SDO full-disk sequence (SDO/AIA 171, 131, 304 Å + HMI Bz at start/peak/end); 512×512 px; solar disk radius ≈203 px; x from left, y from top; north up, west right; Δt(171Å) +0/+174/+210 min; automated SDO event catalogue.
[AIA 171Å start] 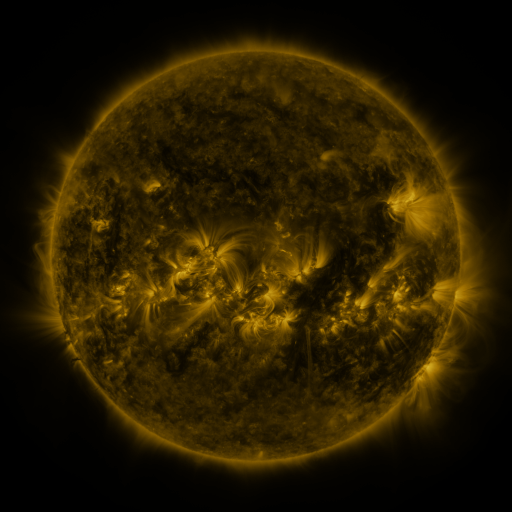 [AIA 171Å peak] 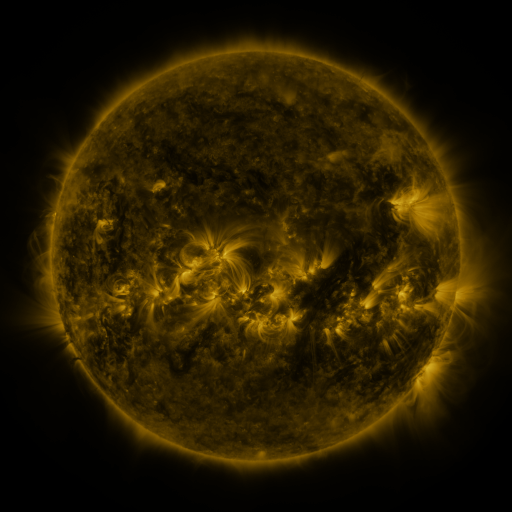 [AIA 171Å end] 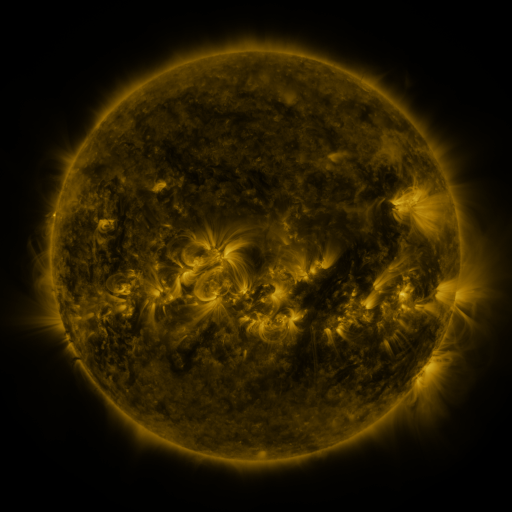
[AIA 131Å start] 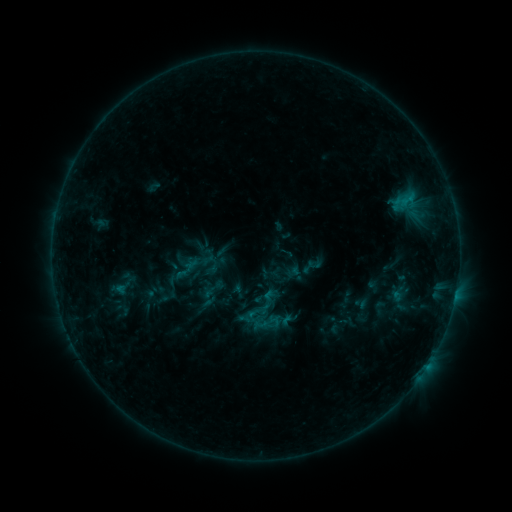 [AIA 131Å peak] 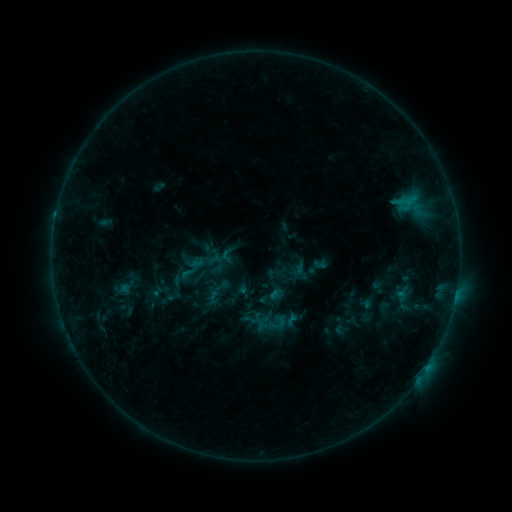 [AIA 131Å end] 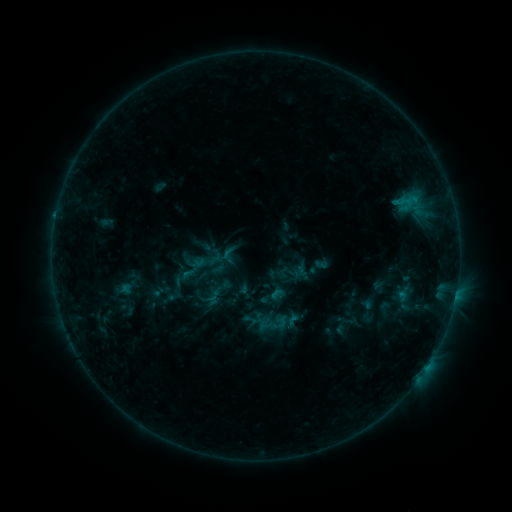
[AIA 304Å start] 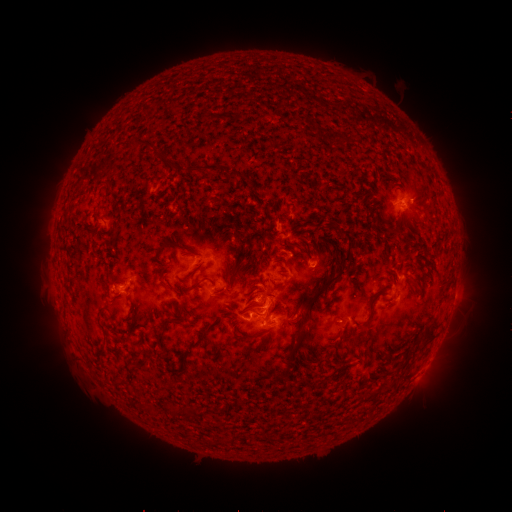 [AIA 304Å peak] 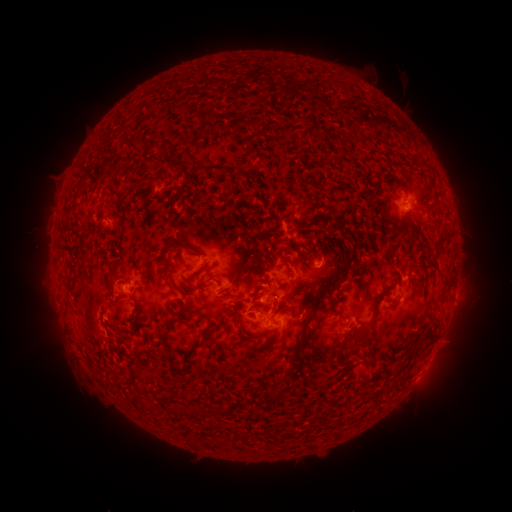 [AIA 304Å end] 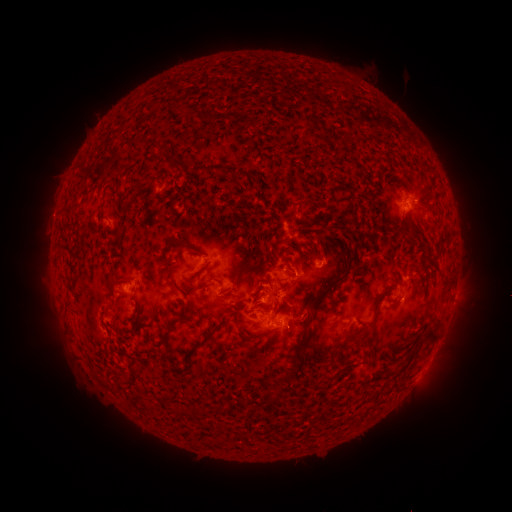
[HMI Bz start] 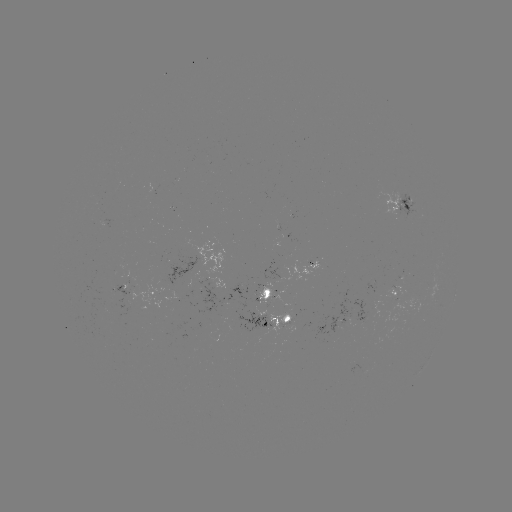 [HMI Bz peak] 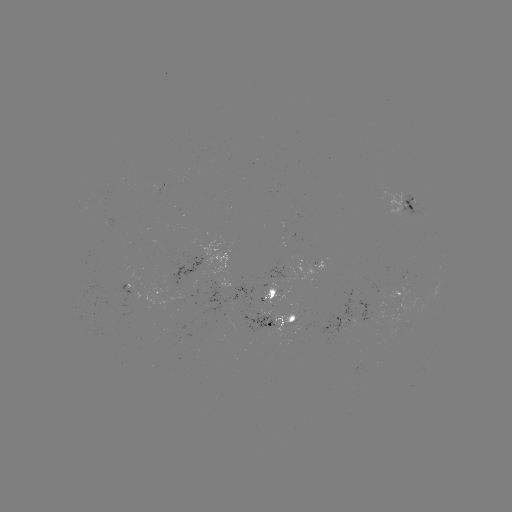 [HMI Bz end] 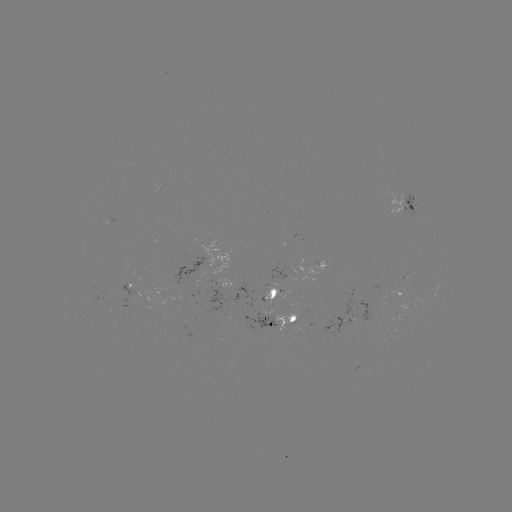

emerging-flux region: <bbox>368, 362, 378, 378</bbox>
